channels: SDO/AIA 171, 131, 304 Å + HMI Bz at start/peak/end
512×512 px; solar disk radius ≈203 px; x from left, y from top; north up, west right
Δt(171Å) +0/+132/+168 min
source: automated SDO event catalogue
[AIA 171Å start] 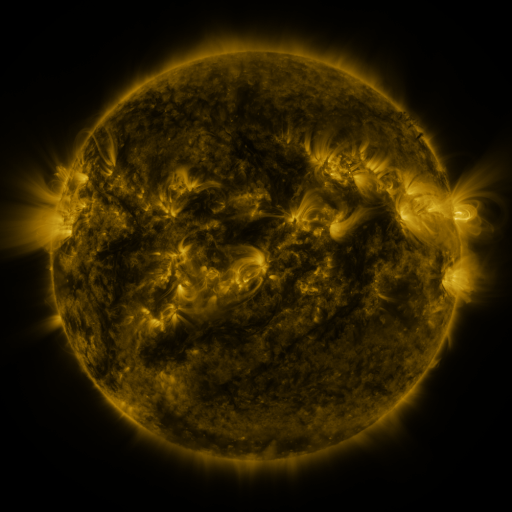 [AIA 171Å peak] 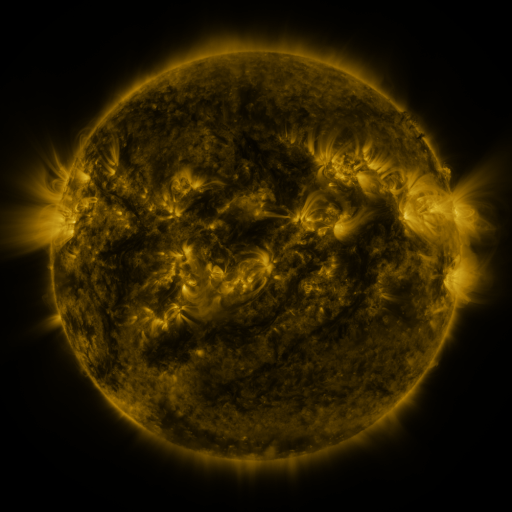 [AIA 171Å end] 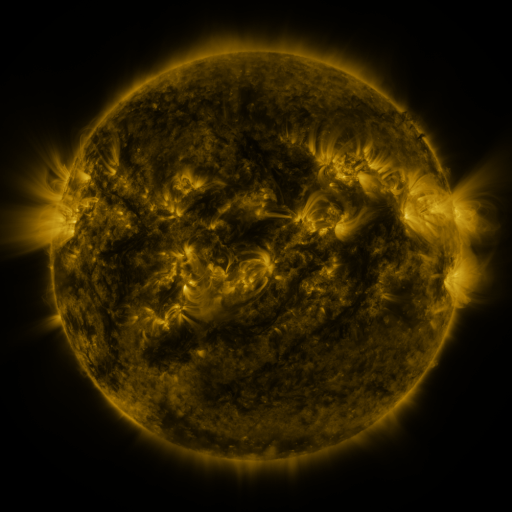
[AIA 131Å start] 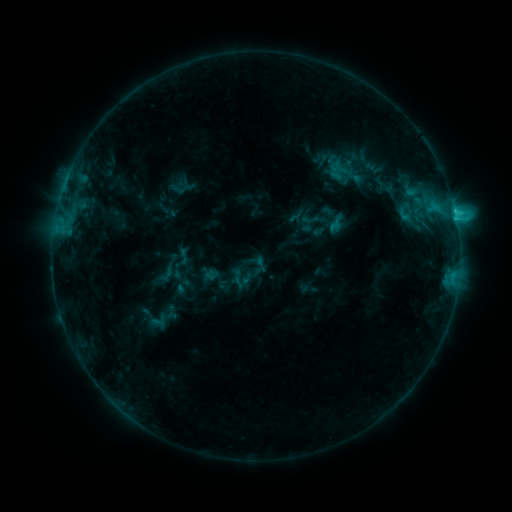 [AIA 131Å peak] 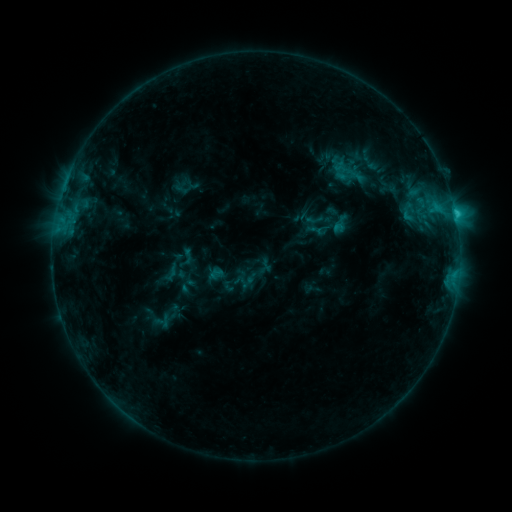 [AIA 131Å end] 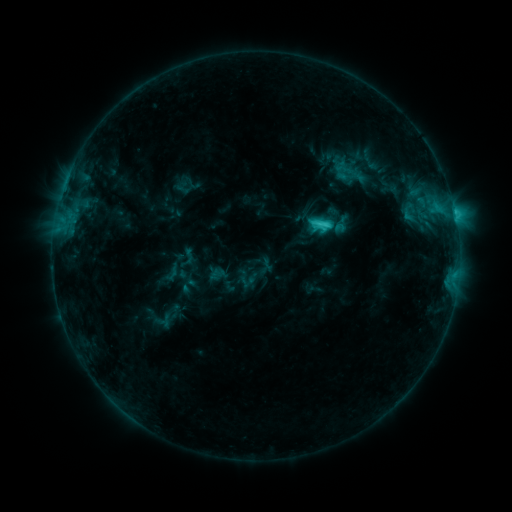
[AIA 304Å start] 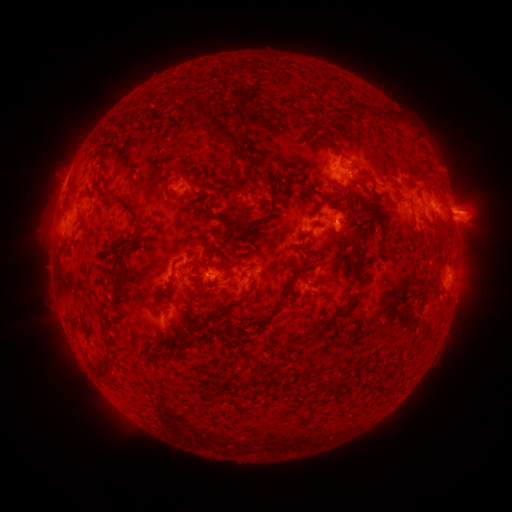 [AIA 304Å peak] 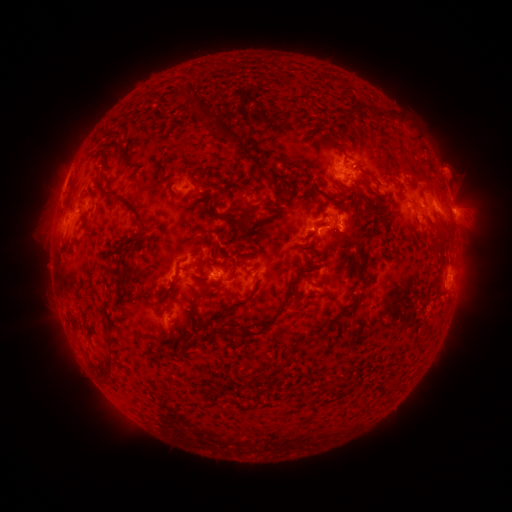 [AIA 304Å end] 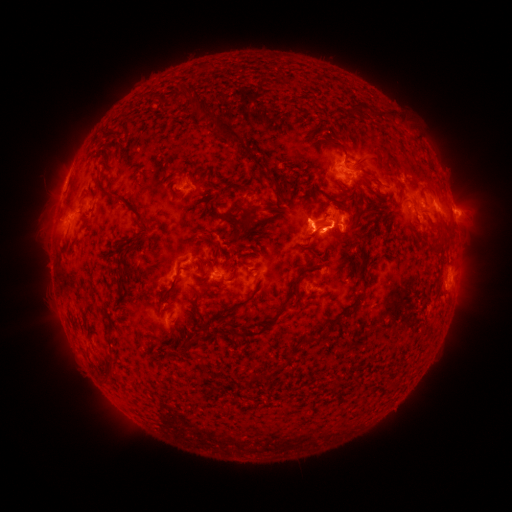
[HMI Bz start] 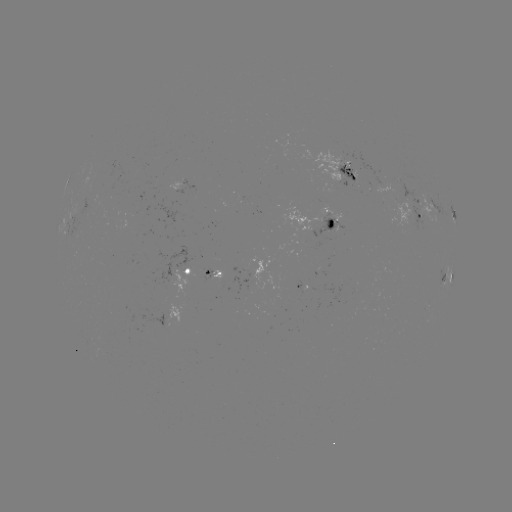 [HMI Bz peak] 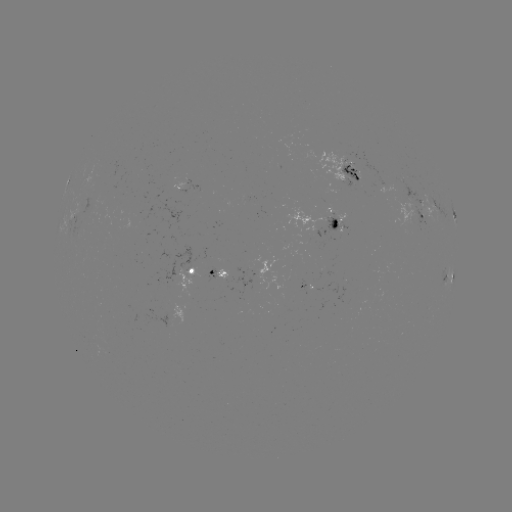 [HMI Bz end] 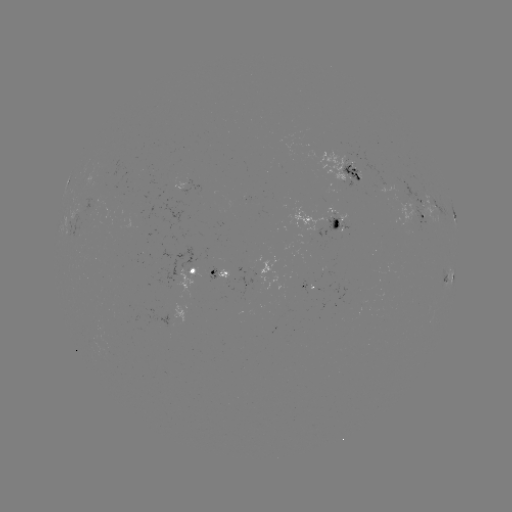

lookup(emerging-flux region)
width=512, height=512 96,205